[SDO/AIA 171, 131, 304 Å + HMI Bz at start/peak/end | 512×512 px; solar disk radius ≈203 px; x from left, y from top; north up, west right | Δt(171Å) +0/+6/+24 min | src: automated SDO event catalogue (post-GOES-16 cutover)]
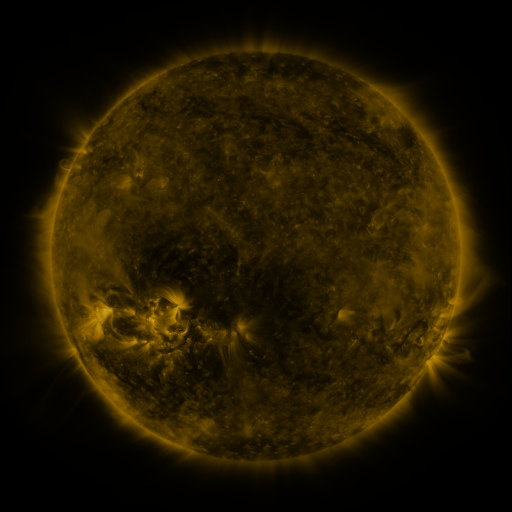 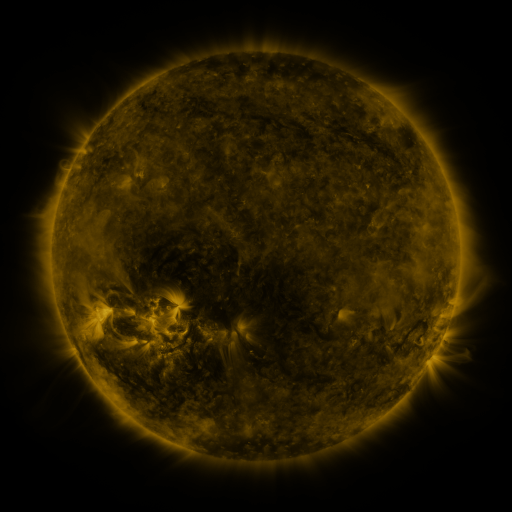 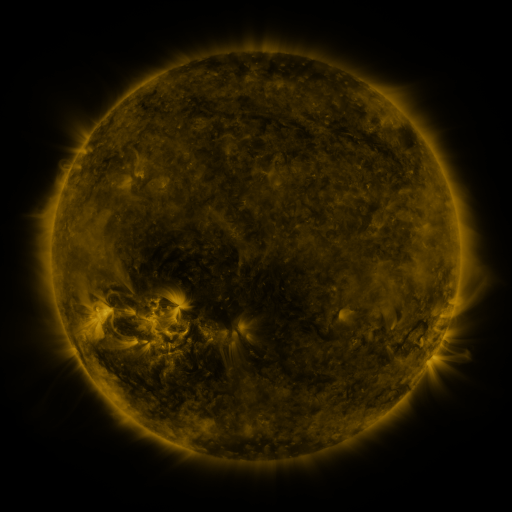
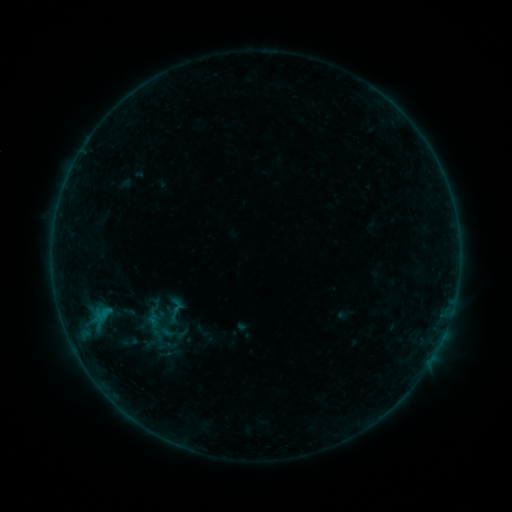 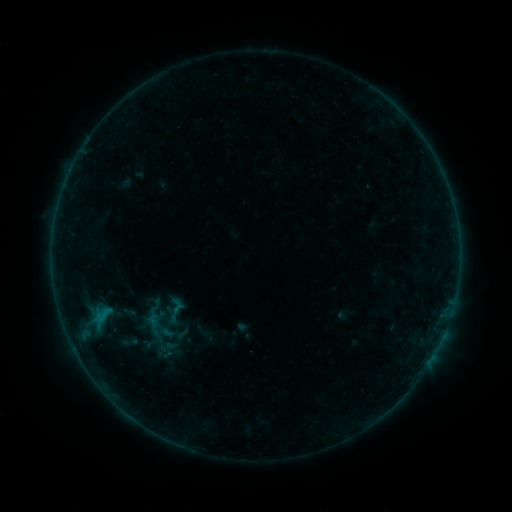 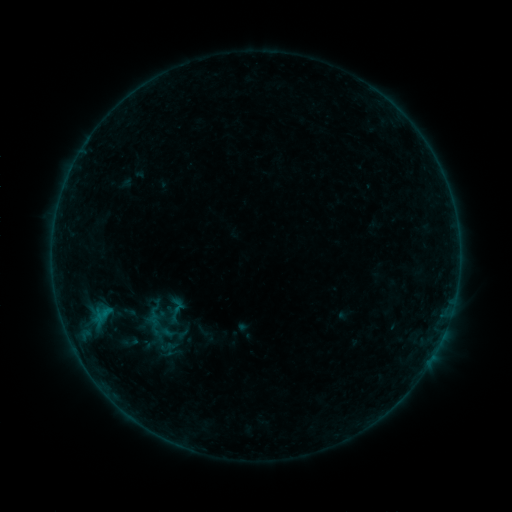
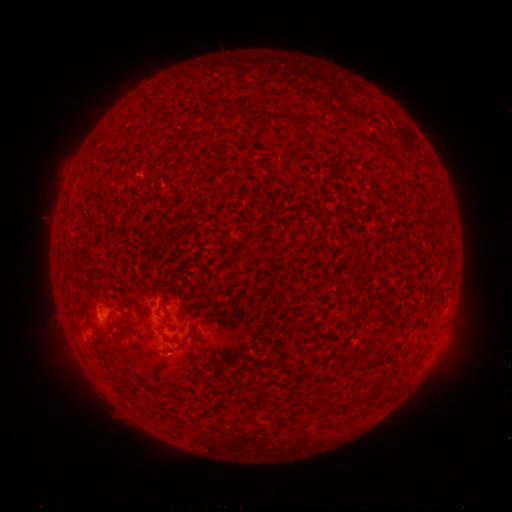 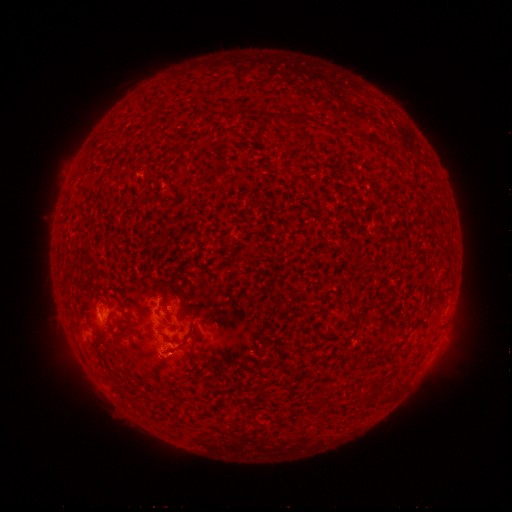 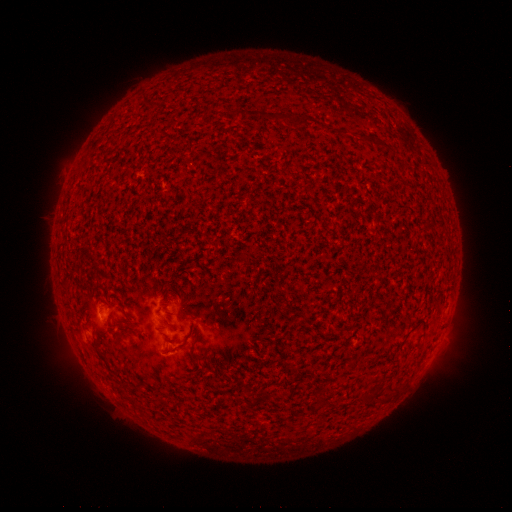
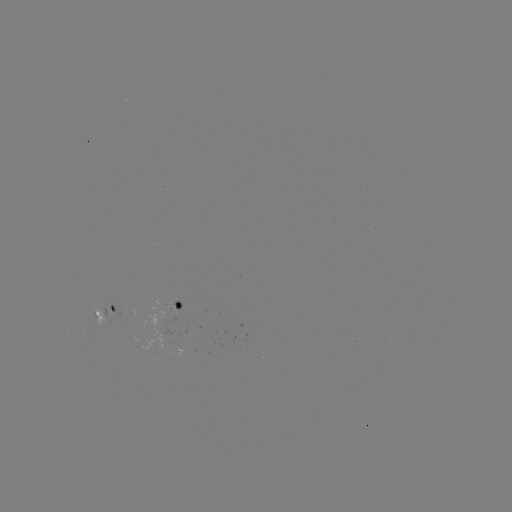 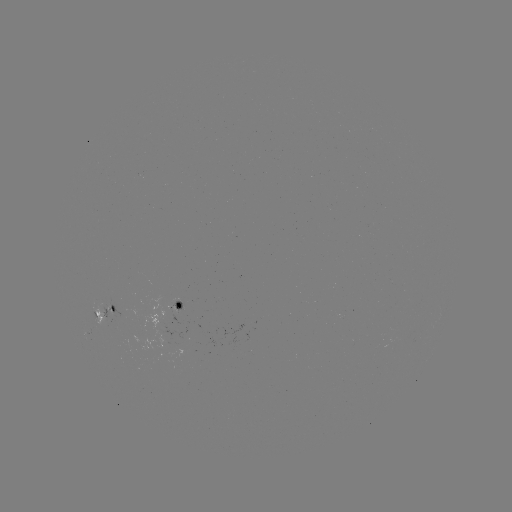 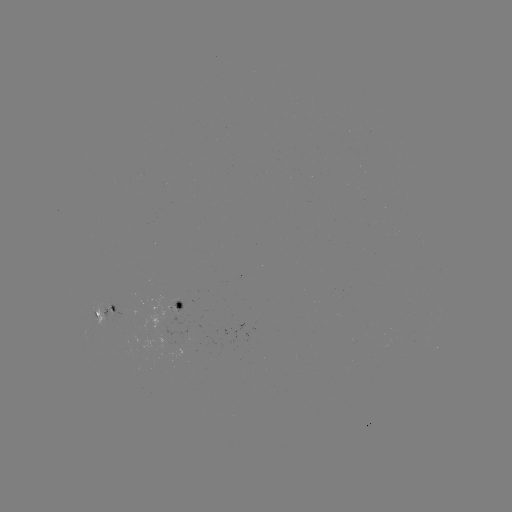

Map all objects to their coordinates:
B1.9 flare: (164, 348)
